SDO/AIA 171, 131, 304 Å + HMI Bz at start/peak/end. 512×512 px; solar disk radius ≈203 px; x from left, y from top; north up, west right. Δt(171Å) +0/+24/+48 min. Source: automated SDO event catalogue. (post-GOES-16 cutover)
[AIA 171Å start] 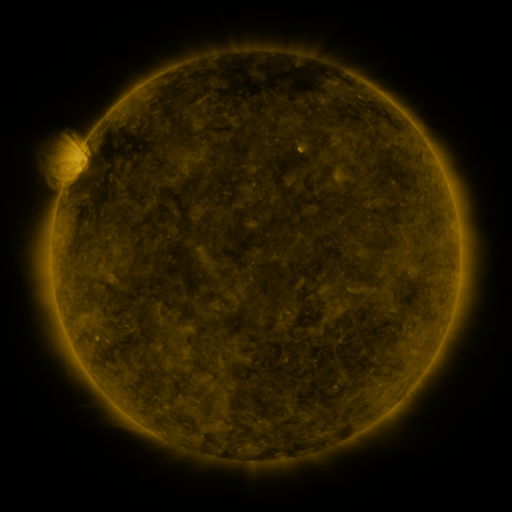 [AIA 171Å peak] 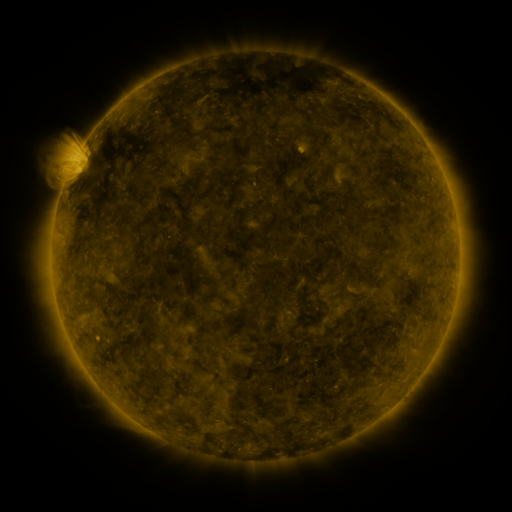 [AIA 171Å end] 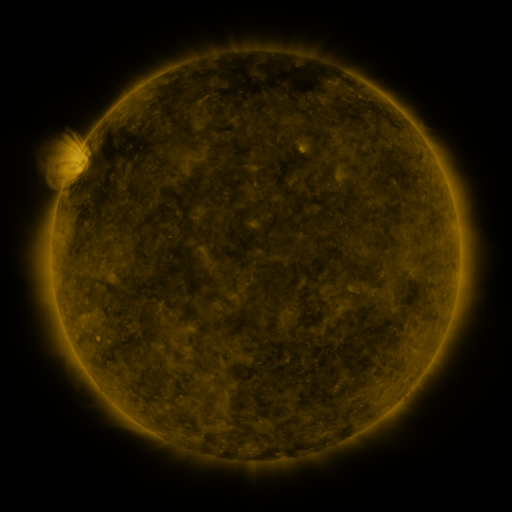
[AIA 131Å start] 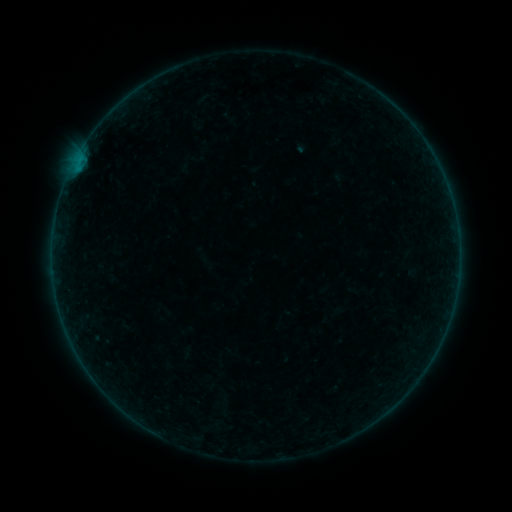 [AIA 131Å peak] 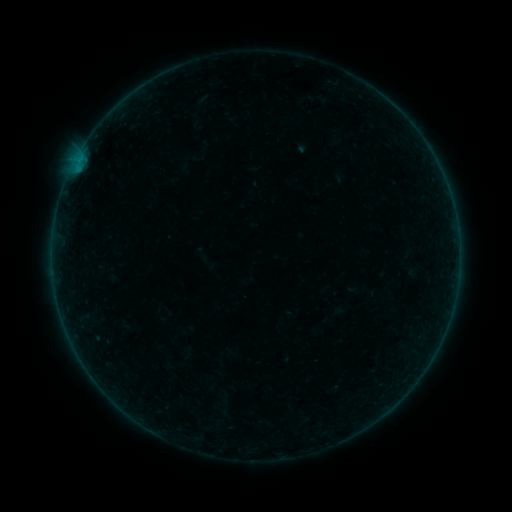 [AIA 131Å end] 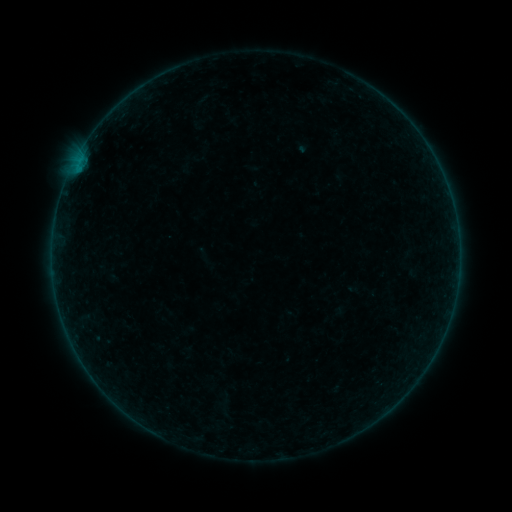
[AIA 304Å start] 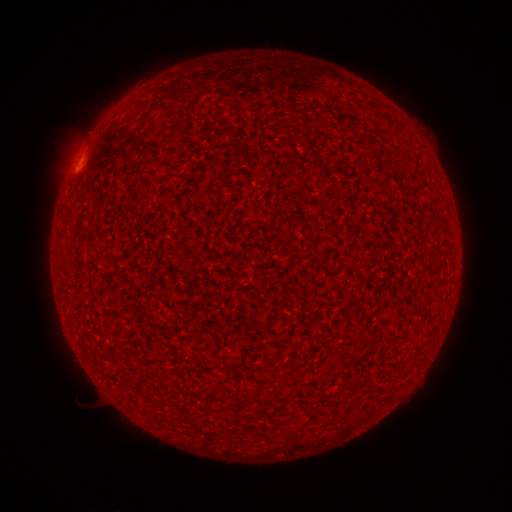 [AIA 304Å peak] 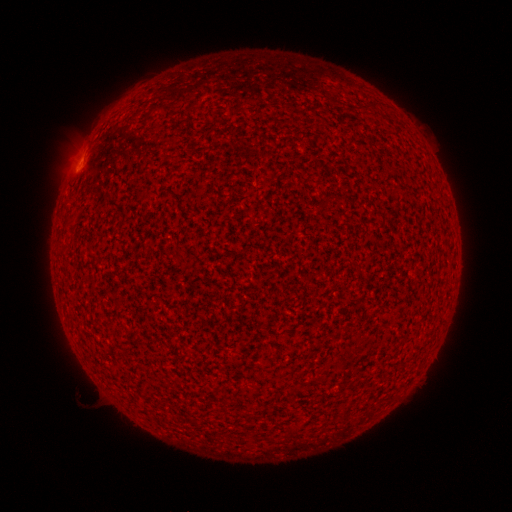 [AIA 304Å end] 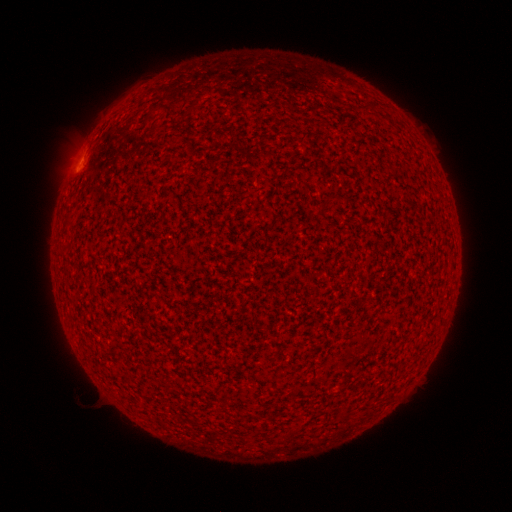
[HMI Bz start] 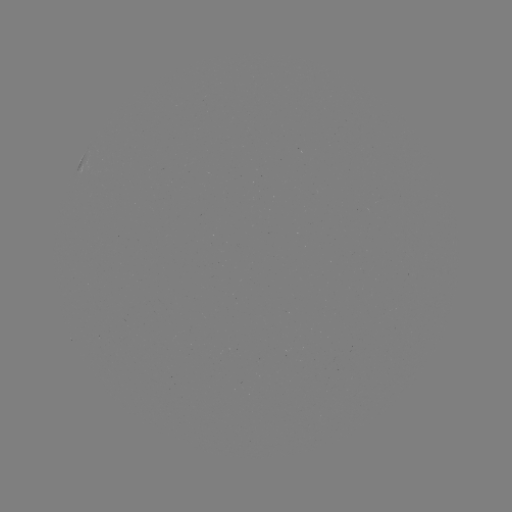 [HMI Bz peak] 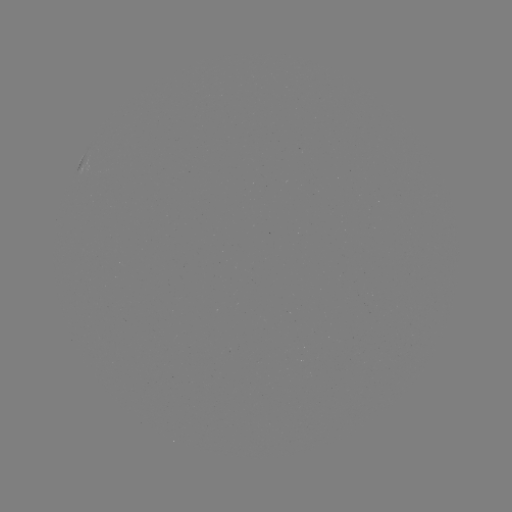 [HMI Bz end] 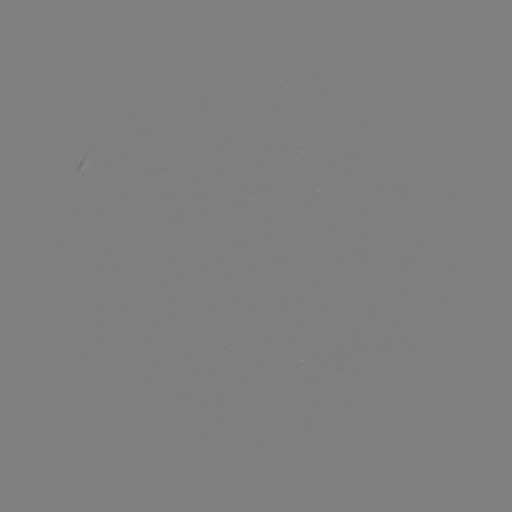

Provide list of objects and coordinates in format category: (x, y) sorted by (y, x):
A6.9 flare: (72, 172)
